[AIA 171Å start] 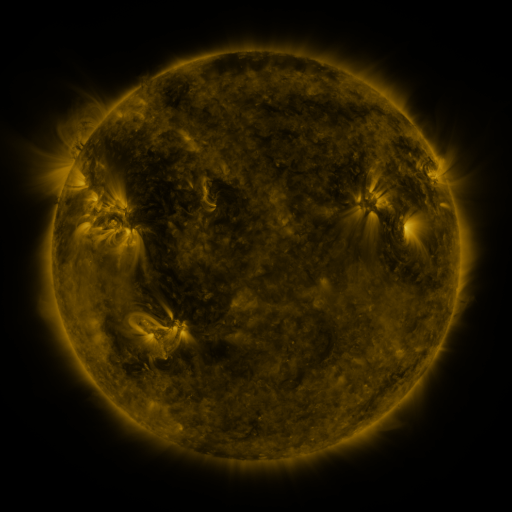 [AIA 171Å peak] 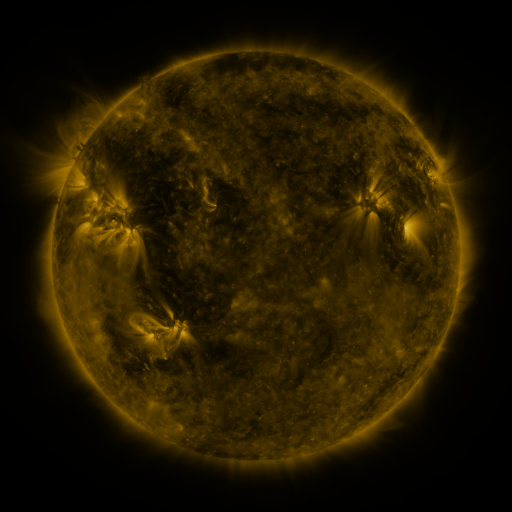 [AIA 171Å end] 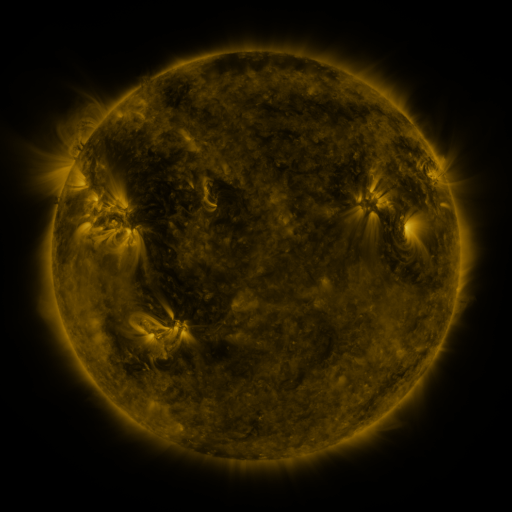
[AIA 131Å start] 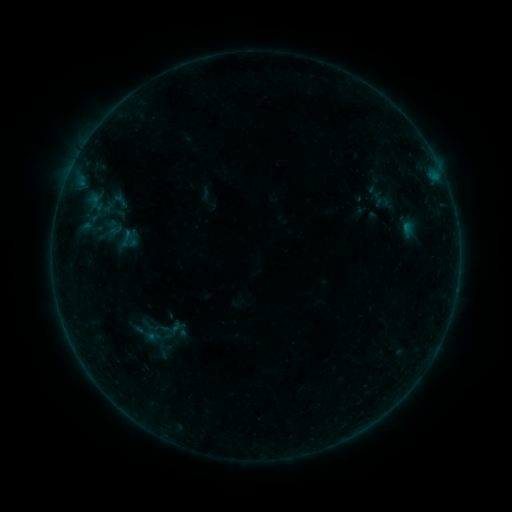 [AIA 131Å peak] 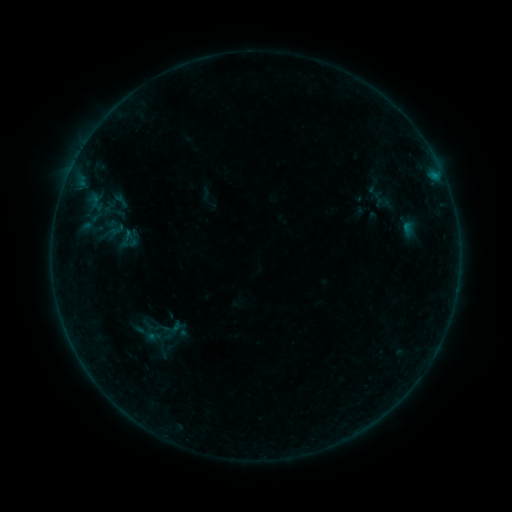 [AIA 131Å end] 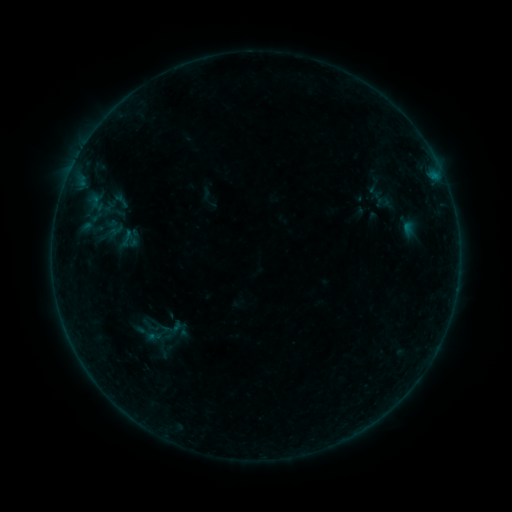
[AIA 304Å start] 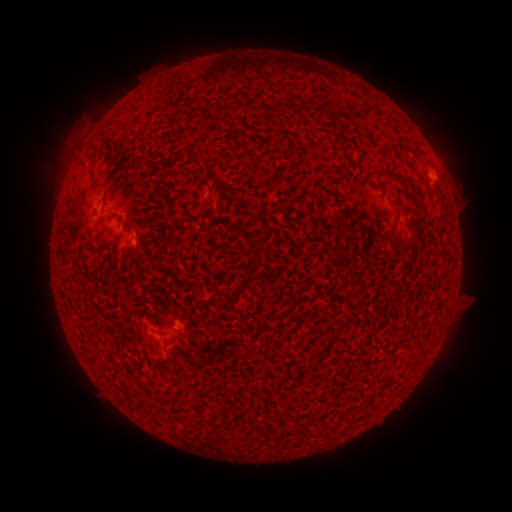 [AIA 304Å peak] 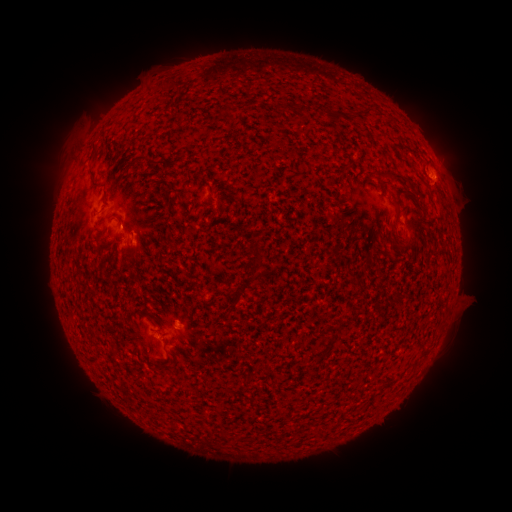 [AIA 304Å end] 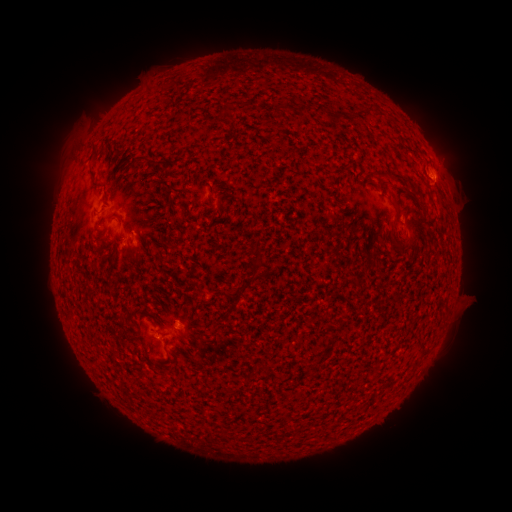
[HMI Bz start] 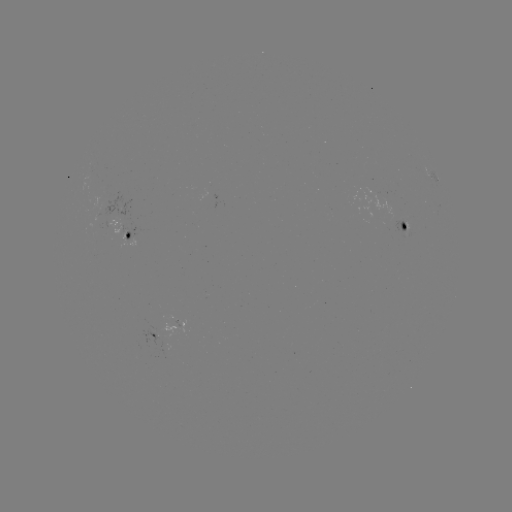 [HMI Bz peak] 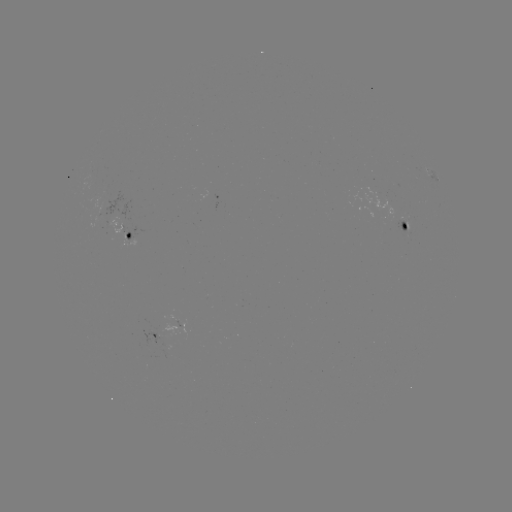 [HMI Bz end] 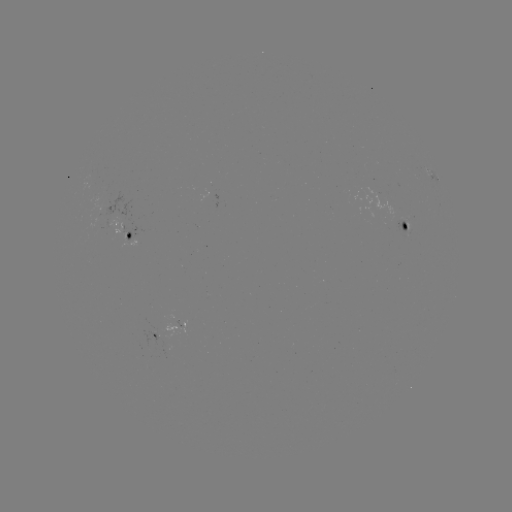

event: flare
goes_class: B3.0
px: (178, 324)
